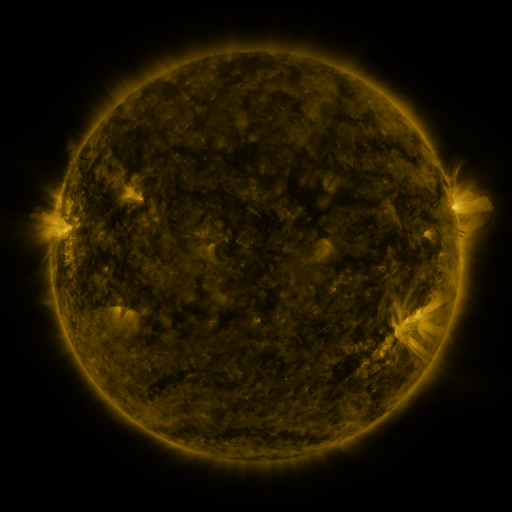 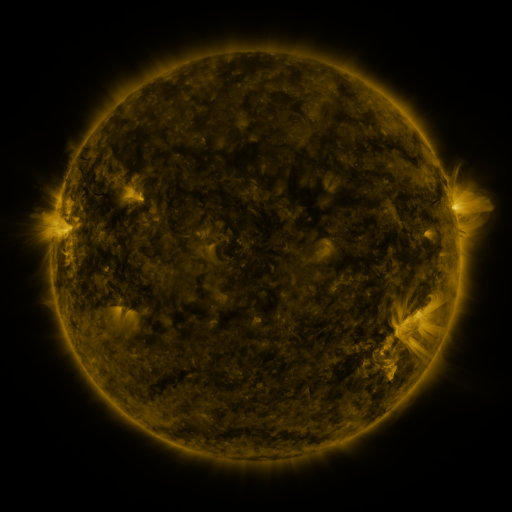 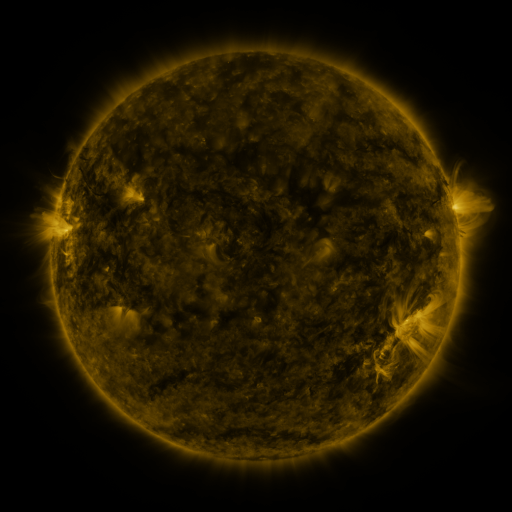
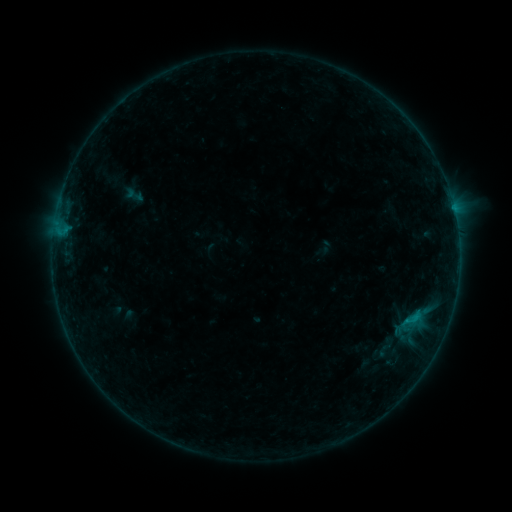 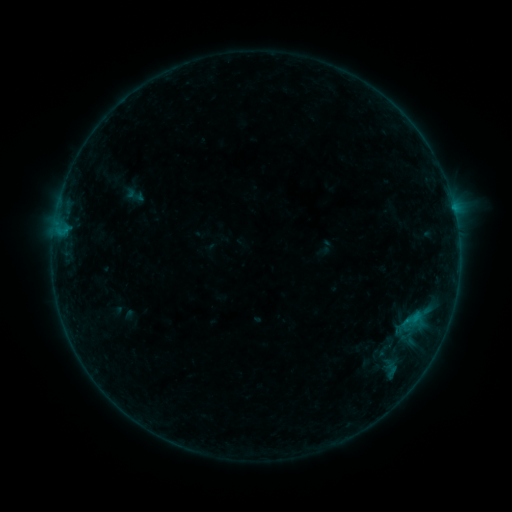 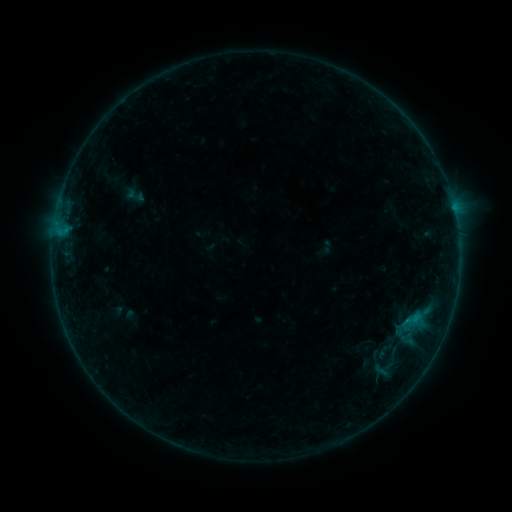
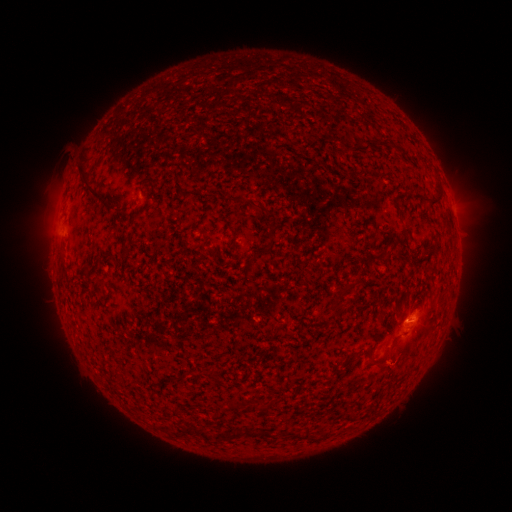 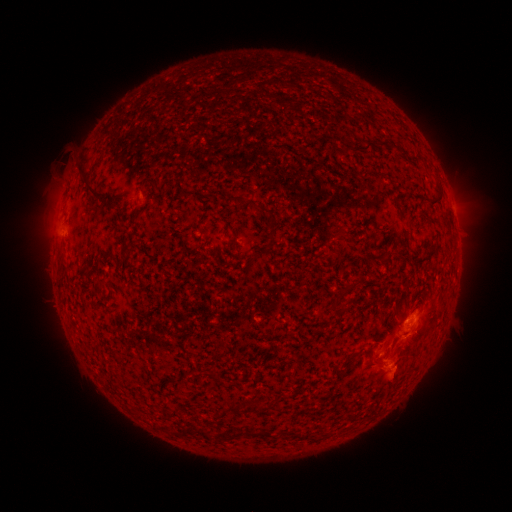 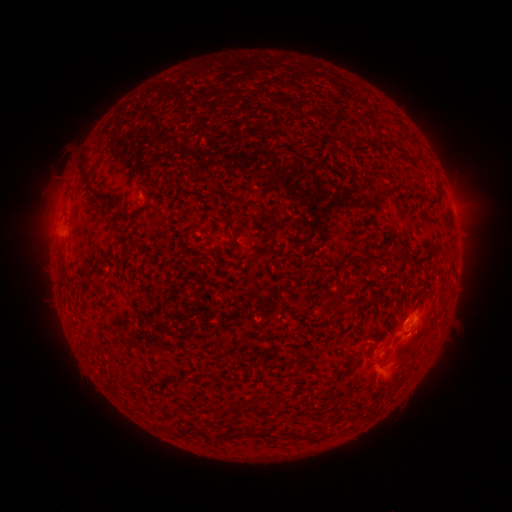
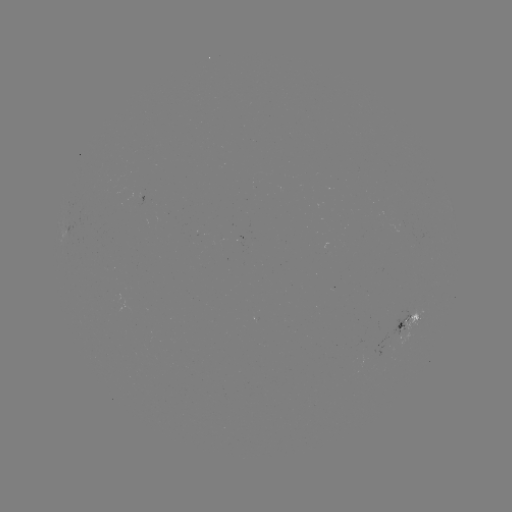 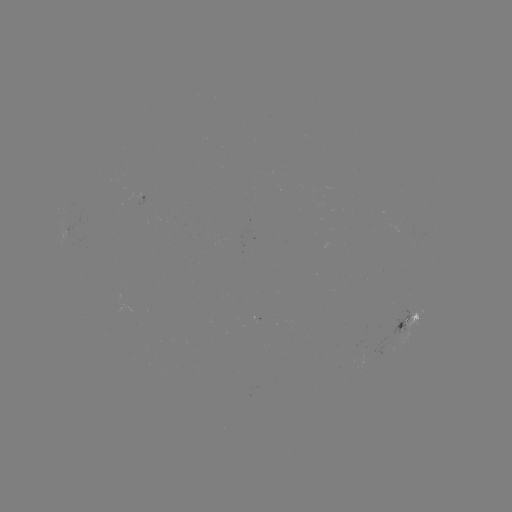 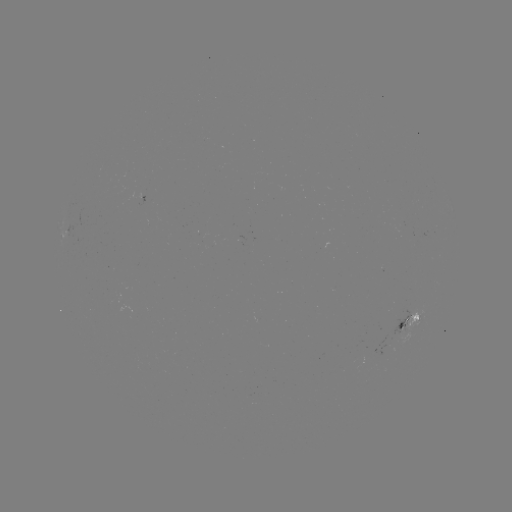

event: eruption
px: (395, 369)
